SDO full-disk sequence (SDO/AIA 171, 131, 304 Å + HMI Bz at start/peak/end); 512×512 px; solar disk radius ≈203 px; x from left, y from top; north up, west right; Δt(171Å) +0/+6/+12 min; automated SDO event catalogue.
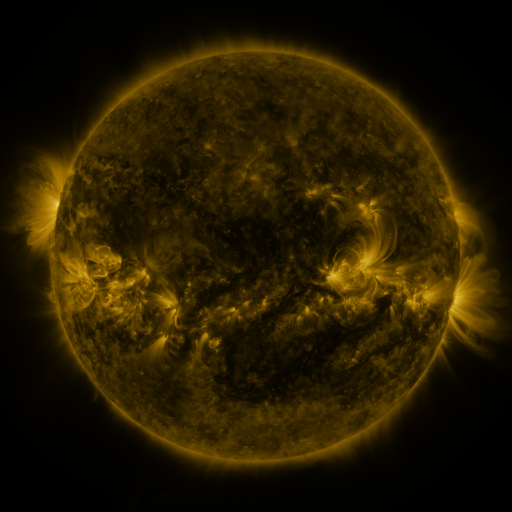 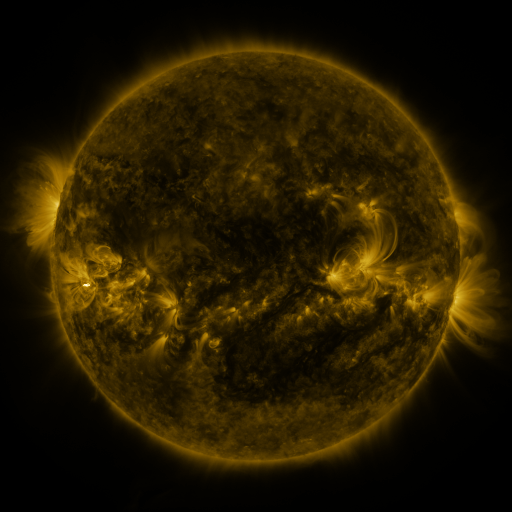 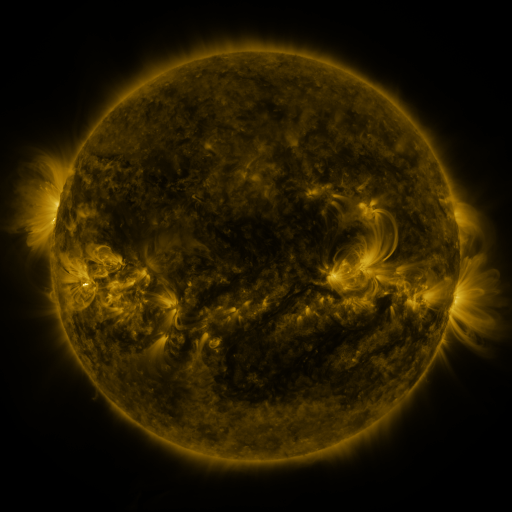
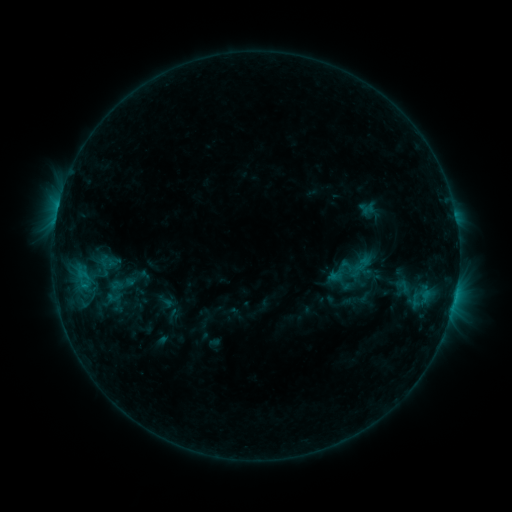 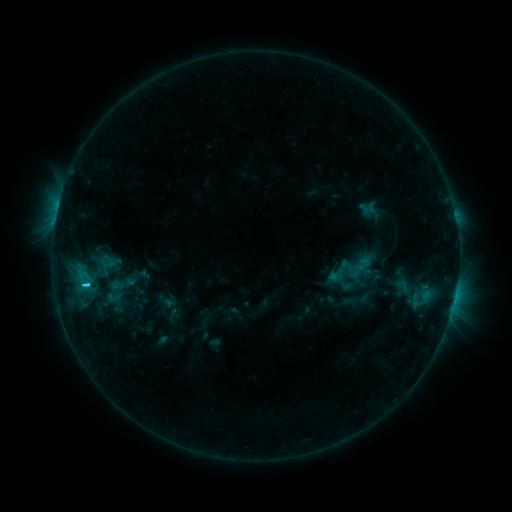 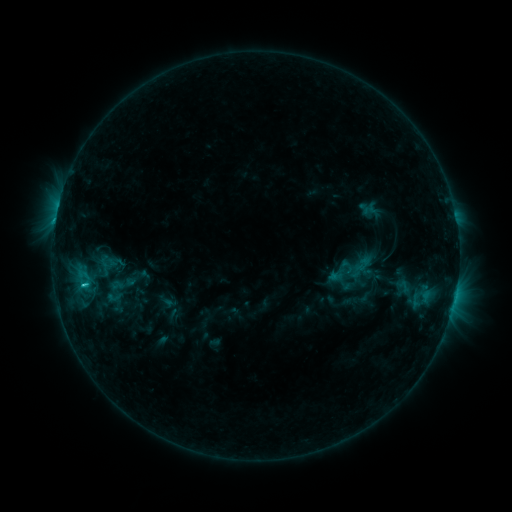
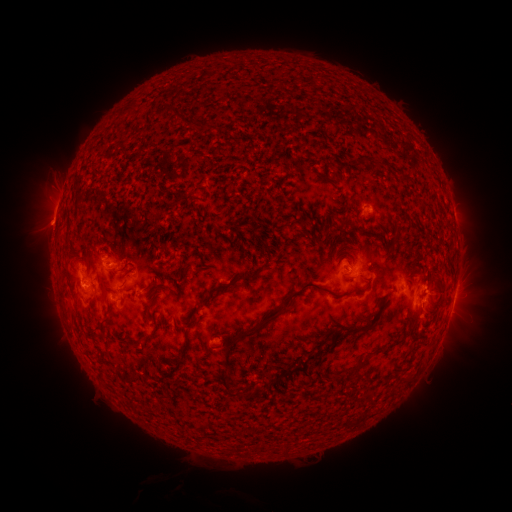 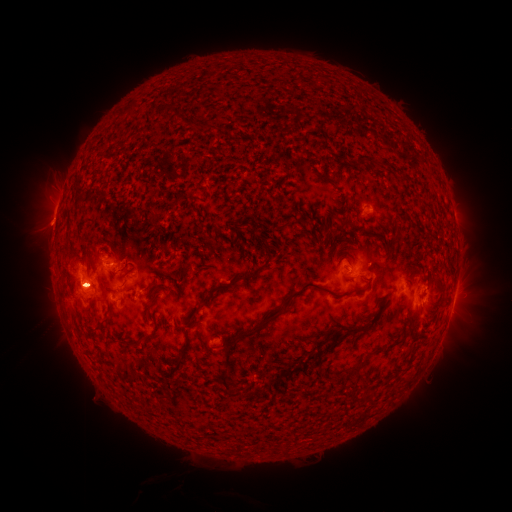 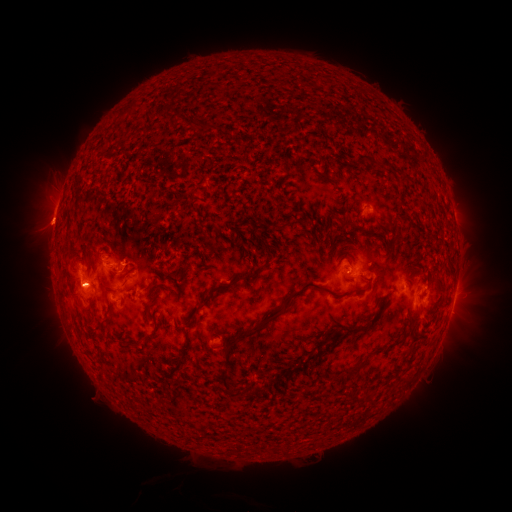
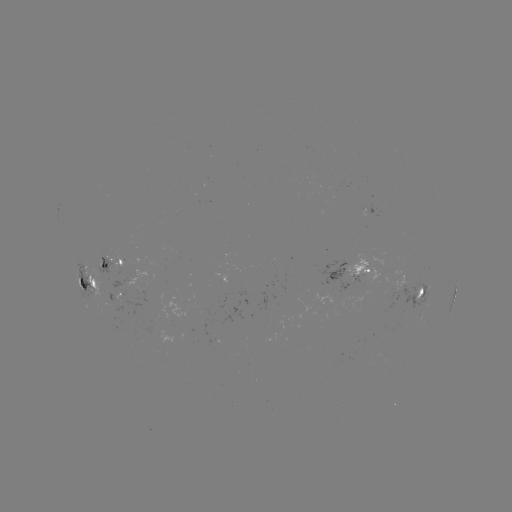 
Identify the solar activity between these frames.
C3.0 flare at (87, 285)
